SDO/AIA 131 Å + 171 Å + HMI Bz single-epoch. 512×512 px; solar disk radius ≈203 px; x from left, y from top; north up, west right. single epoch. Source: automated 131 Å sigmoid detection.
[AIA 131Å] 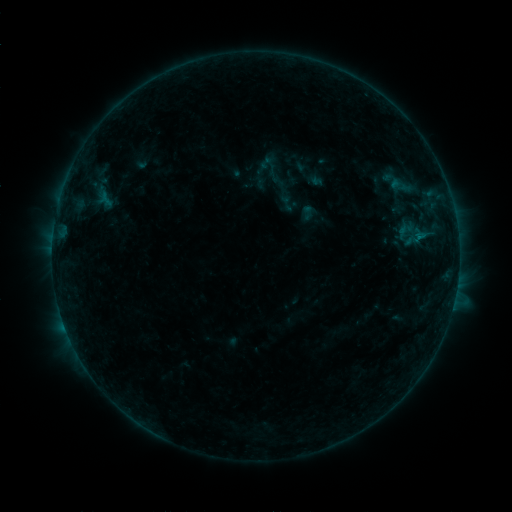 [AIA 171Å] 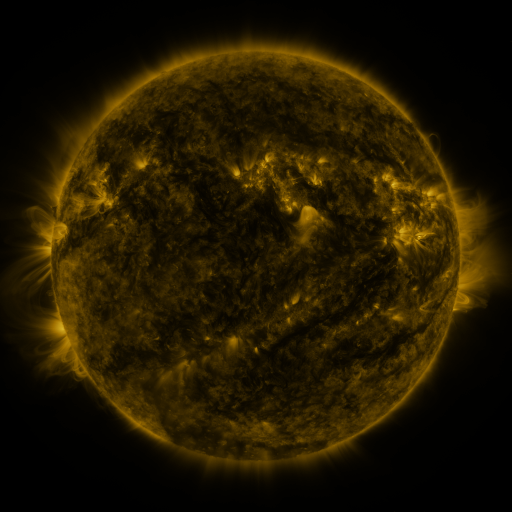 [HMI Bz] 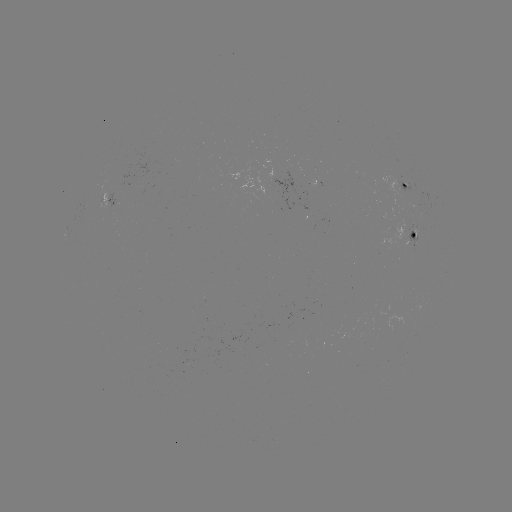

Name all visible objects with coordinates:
sigmoid: <bbox>250, 148, 296, 191</bbox>
